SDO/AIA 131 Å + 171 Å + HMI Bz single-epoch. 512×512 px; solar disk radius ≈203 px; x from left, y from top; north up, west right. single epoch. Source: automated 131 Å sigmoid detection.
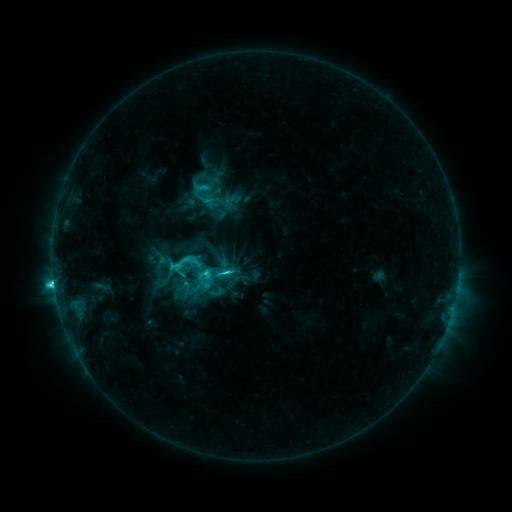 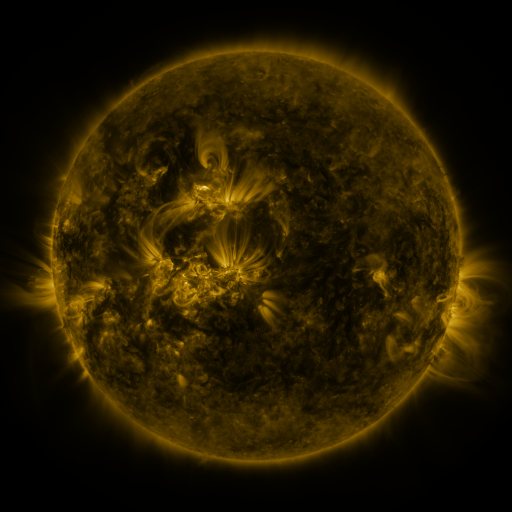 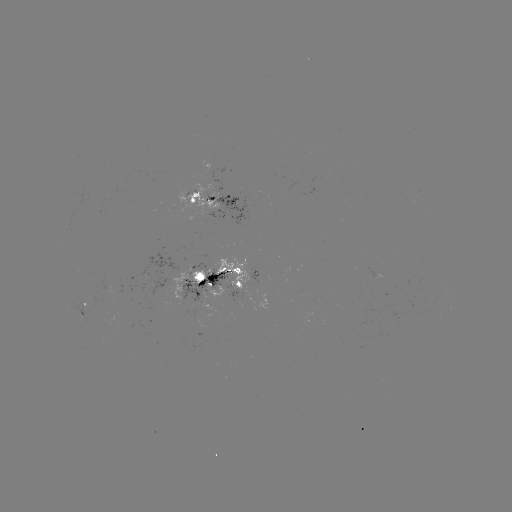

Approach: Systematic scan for sigmoid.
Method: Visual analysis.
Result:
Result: sigmoid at [179, 269].